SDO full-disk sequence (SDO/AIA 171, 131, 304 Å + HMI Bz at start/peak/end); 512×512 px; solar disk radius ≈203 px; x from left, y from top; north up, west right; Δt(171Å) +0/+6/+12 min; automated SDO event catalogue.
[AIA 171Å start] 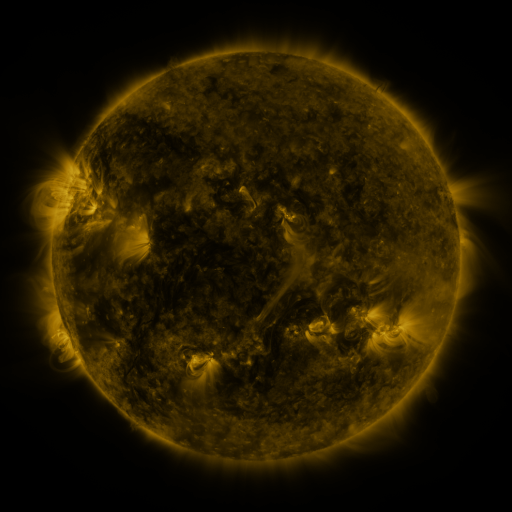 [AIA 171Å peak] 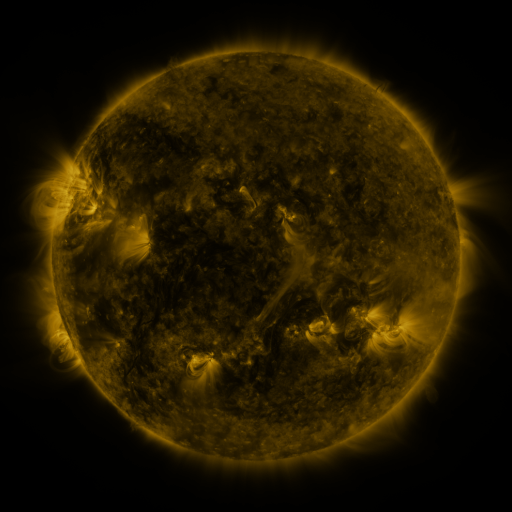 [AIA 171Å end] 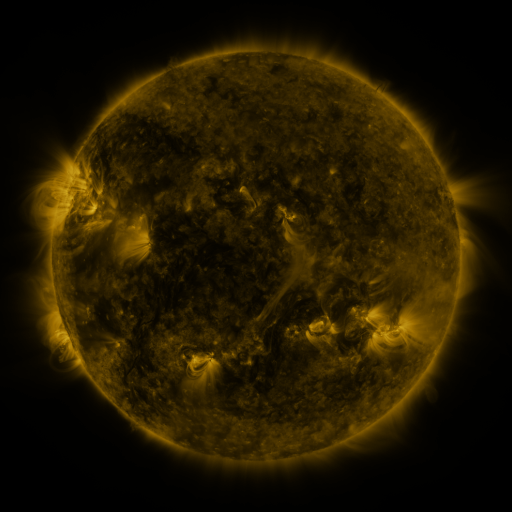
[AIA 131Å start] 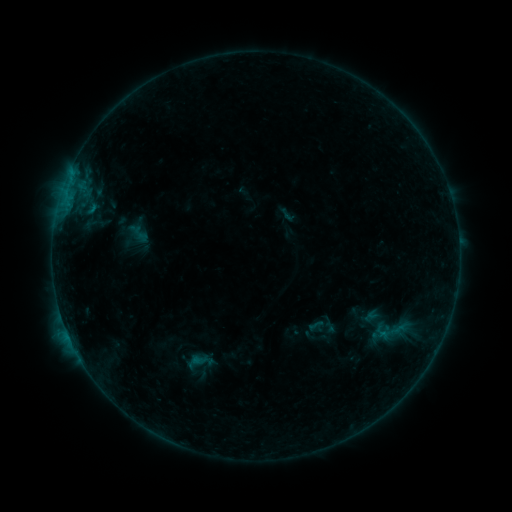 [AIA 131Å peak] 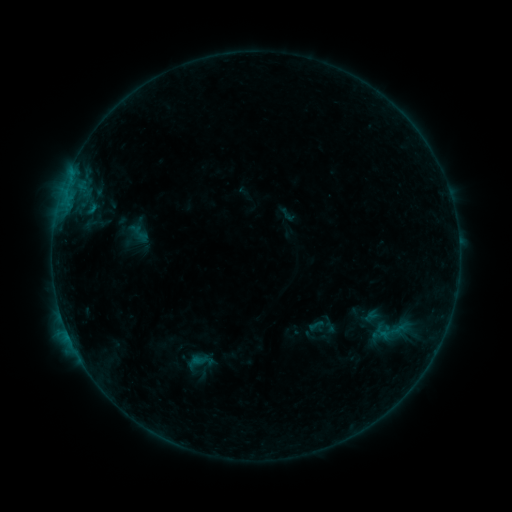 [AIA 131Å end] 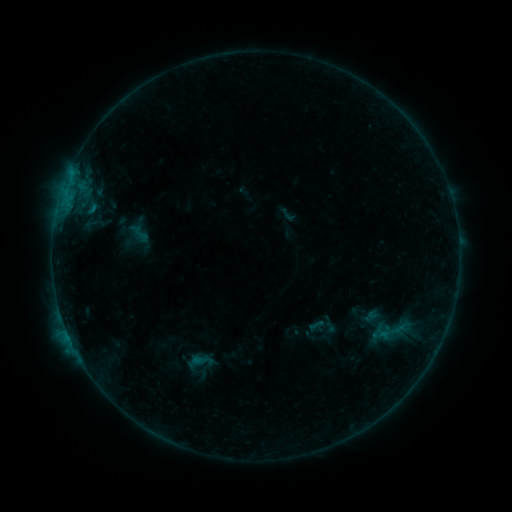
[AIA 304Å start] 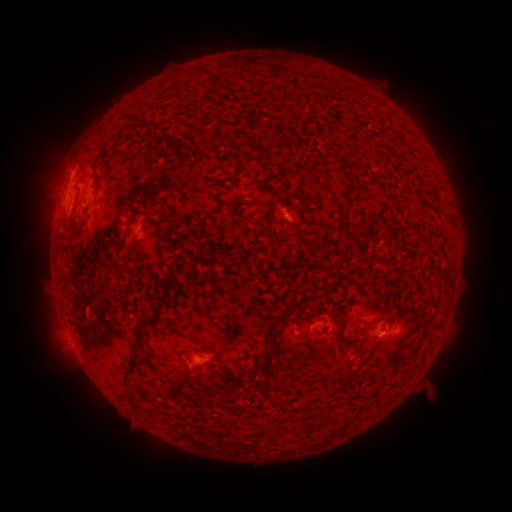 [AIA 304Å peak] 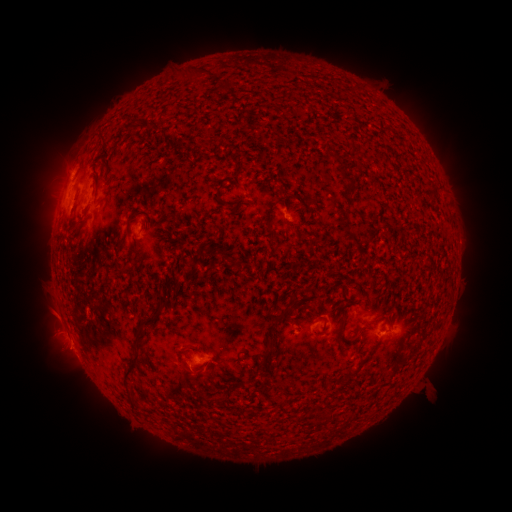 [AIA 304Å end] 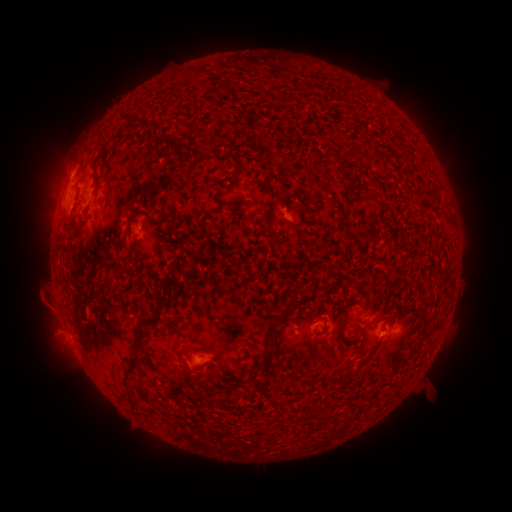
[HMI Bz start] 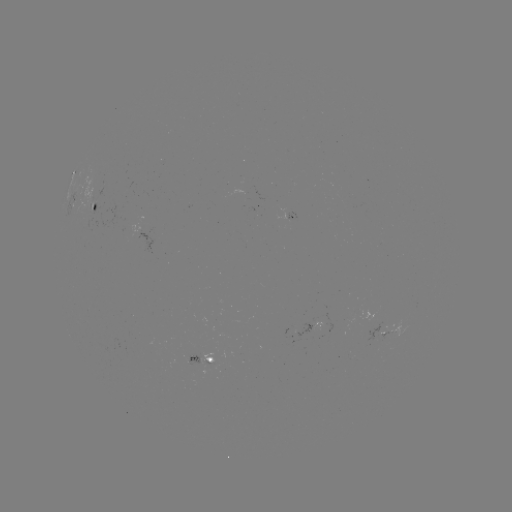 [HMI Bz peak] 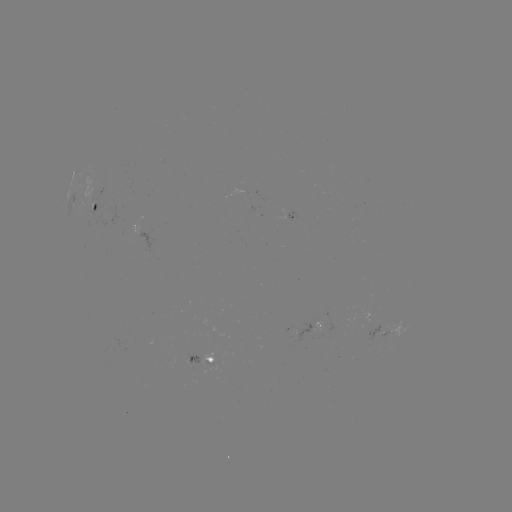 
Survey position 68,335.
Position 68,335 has eruption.